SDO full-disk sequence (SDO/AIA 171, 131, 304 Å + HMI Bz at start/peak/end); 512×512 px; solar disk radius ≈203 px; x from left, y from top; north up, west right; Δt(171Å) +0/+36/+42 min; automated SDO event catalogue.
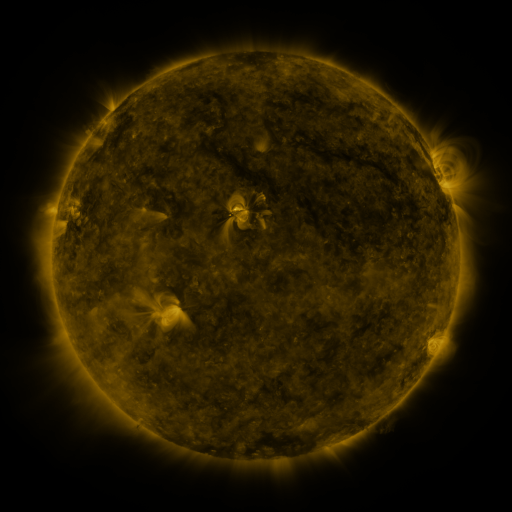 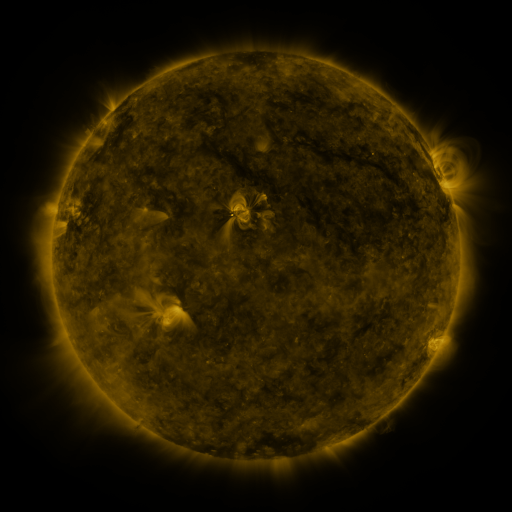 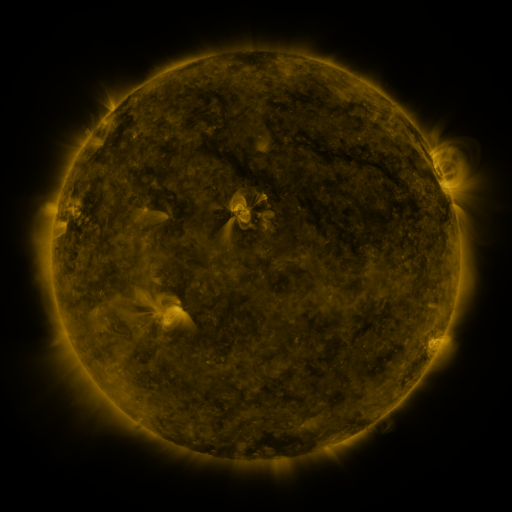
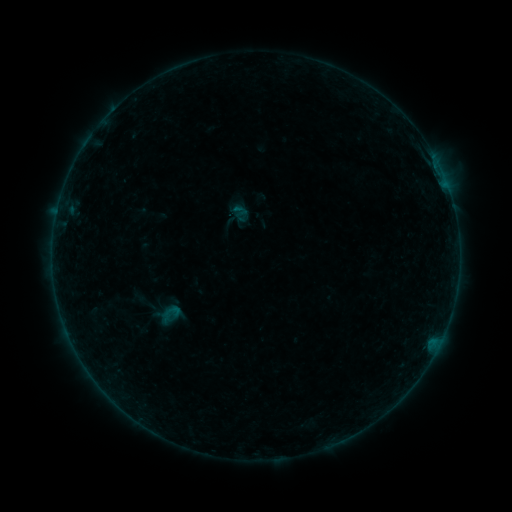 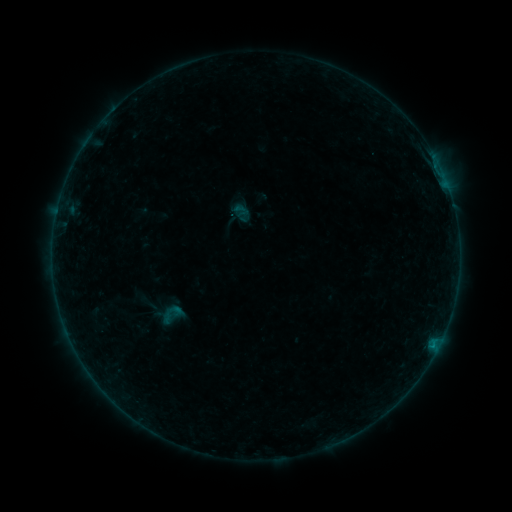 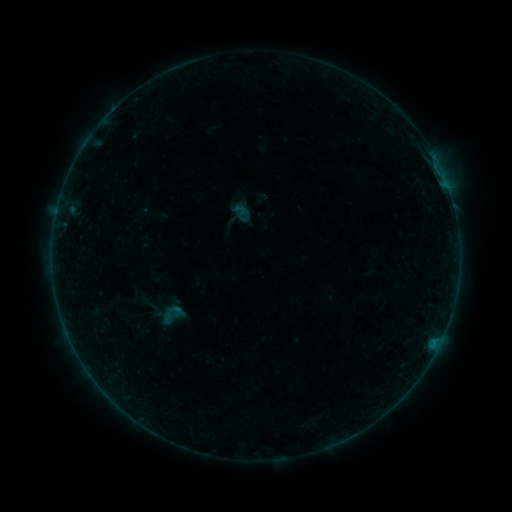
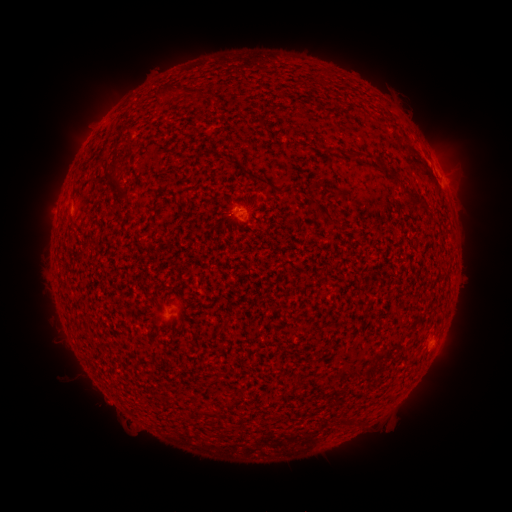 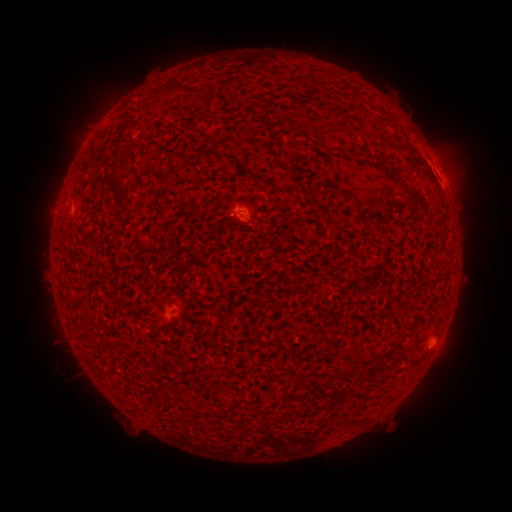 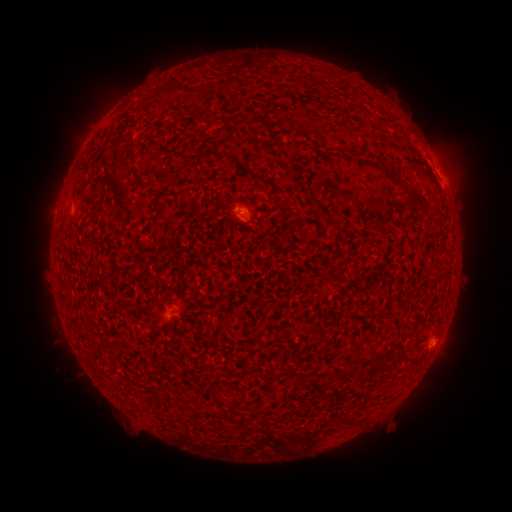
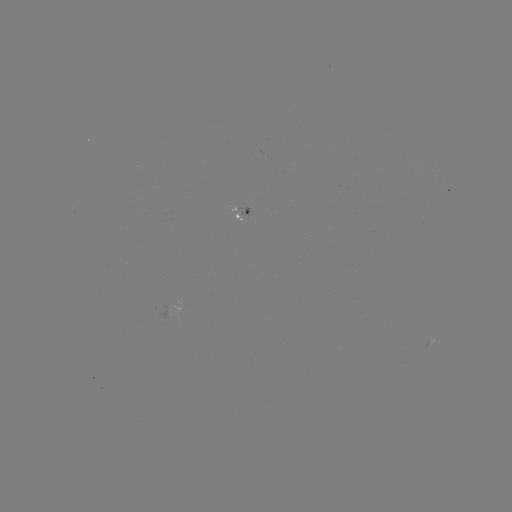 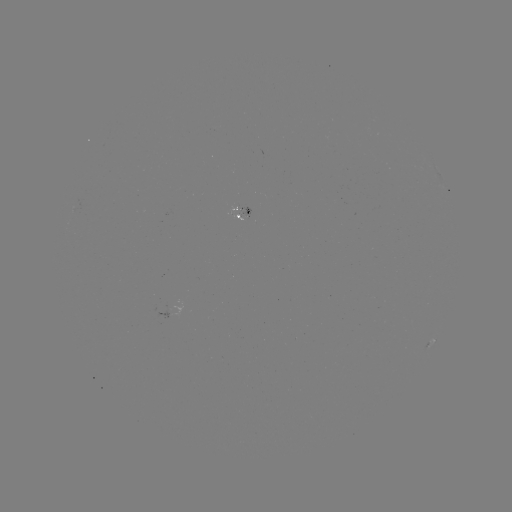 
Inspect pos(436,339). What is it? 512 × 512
B2.5 flare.